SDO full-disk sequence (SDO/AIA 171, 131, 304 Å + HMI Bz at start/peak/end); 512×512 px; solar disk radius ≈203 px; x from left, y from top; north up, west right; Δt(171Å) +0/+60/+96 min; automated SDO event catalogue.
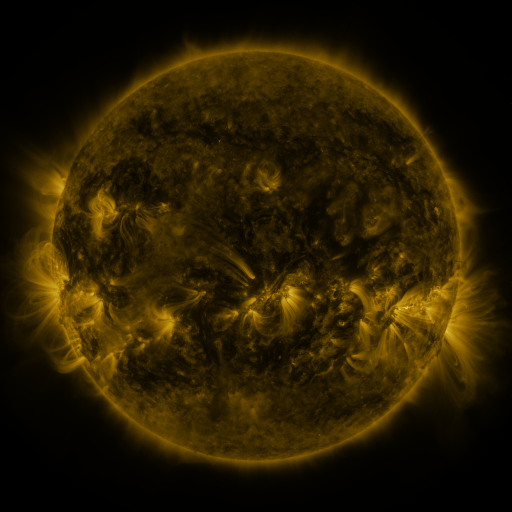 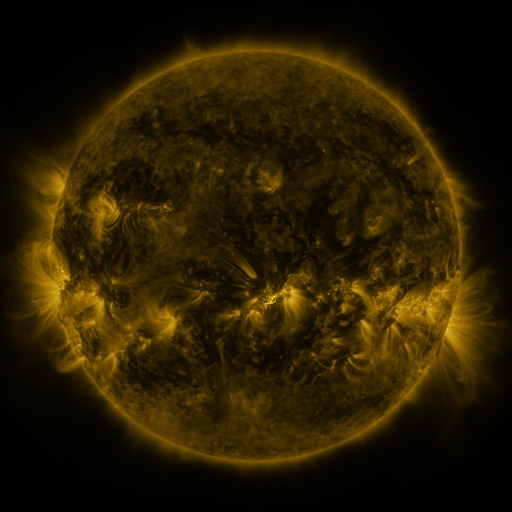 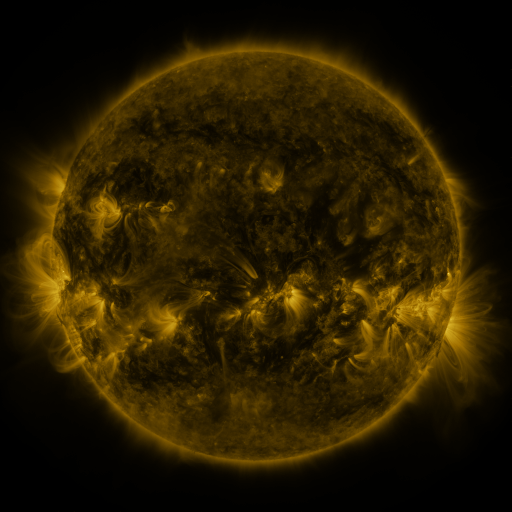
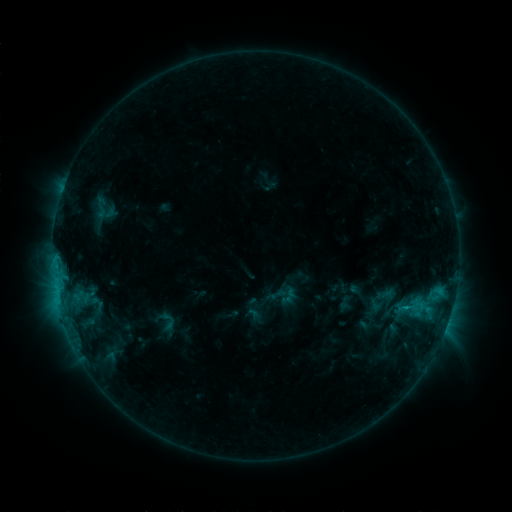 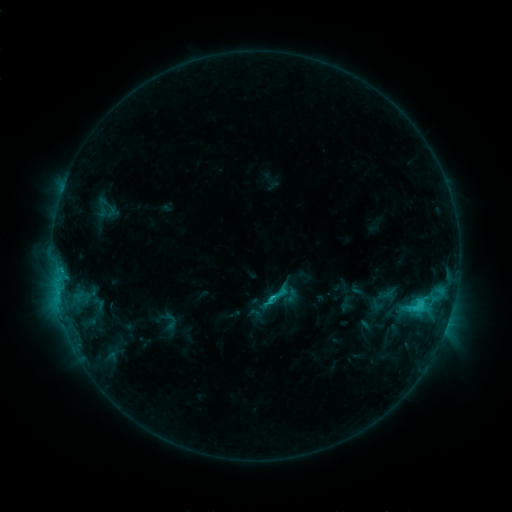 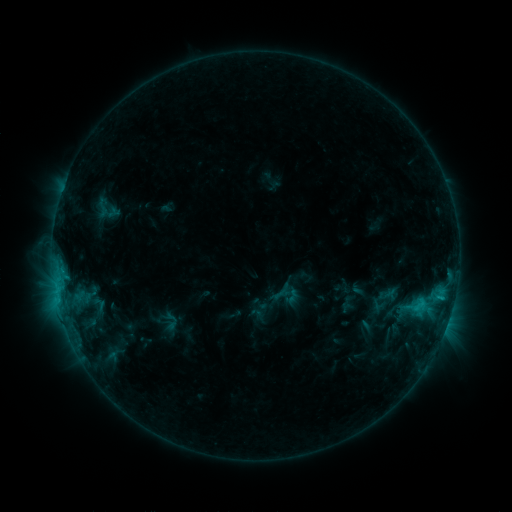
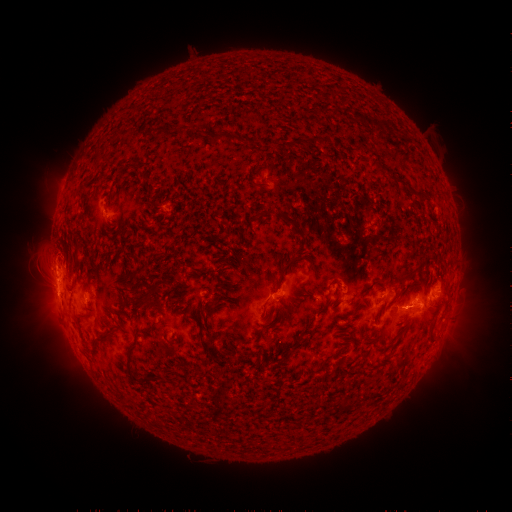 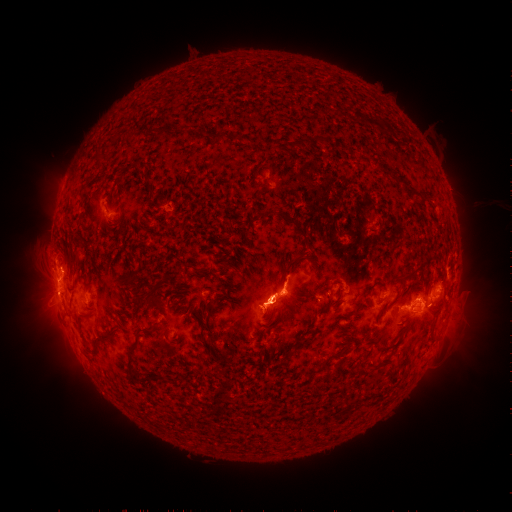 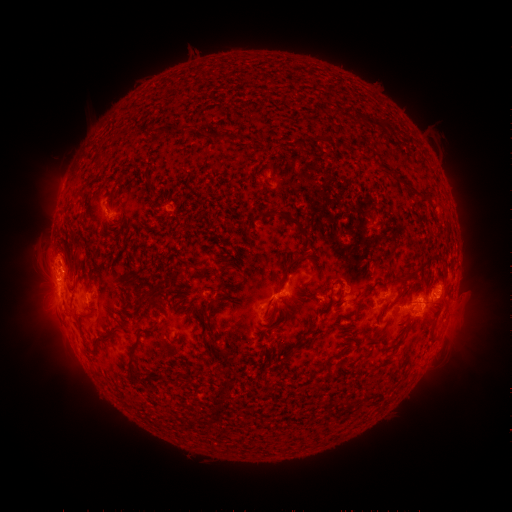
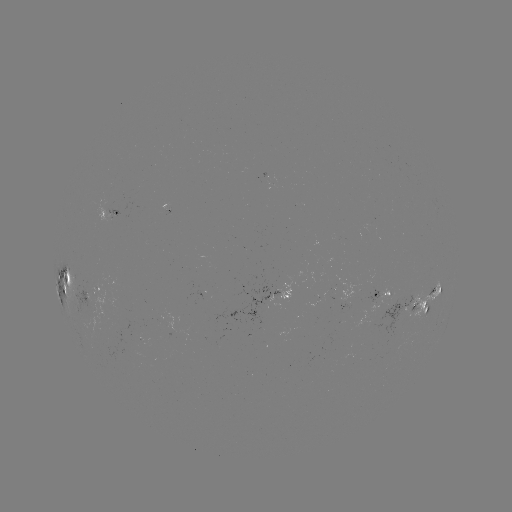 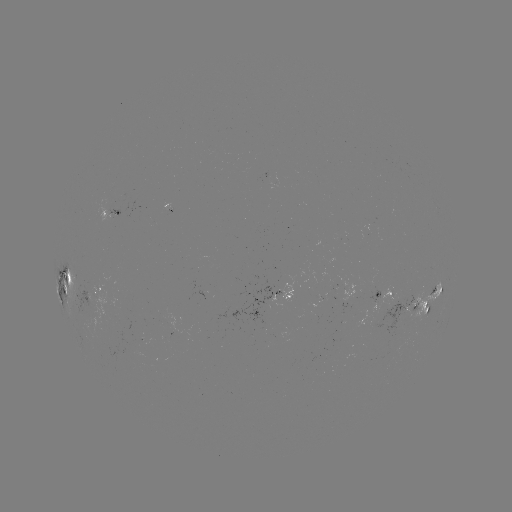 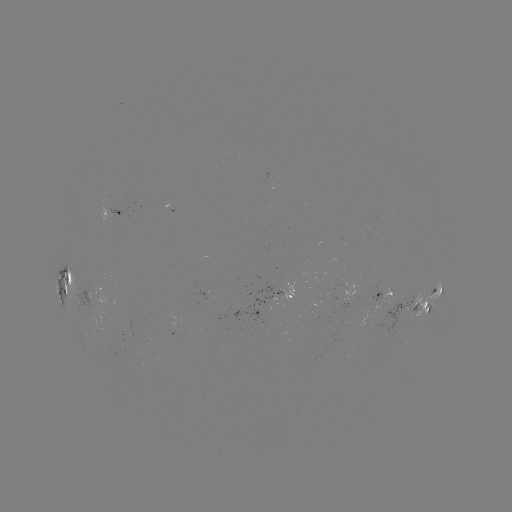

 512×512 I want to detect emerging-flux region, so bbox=[381, 289, 395, 303].